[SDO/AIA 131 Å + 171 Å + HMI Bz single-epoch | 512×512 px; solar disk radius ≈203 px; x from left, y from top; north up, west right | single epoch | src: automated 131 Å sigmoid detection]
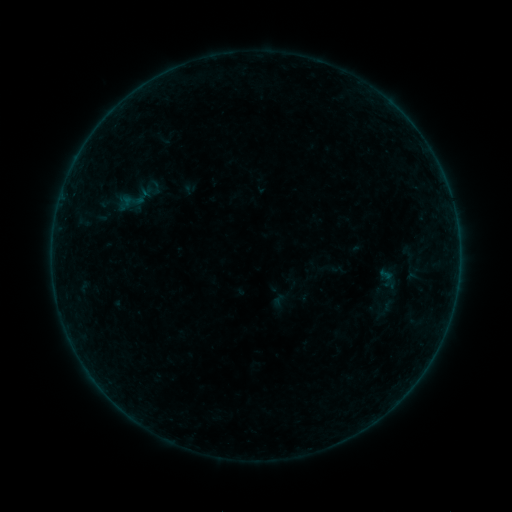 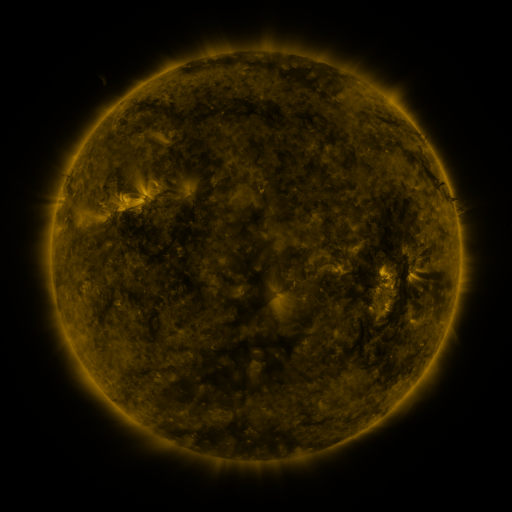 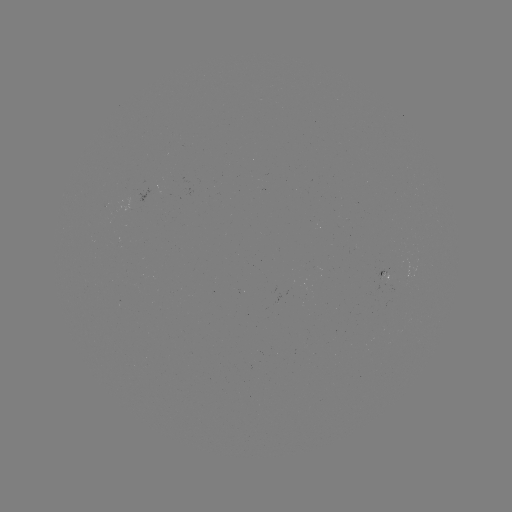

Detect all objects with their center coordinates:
sigmoid: (329, 268)
